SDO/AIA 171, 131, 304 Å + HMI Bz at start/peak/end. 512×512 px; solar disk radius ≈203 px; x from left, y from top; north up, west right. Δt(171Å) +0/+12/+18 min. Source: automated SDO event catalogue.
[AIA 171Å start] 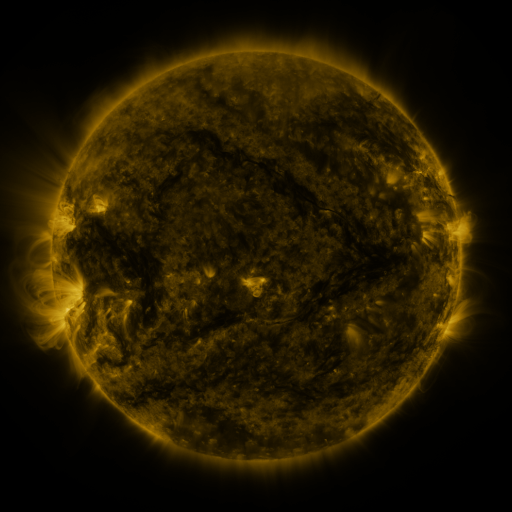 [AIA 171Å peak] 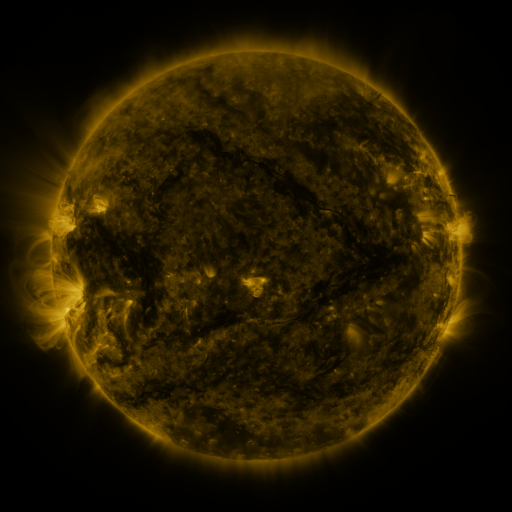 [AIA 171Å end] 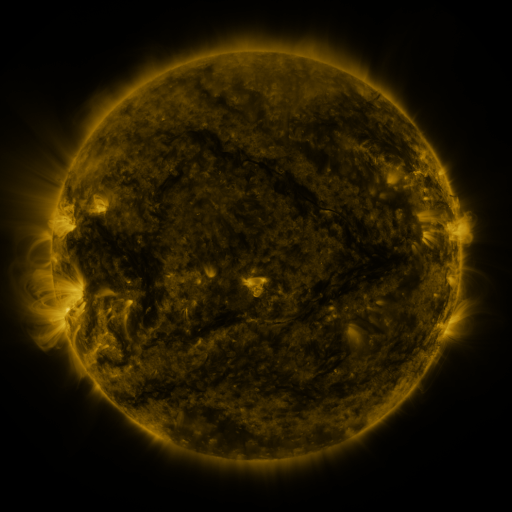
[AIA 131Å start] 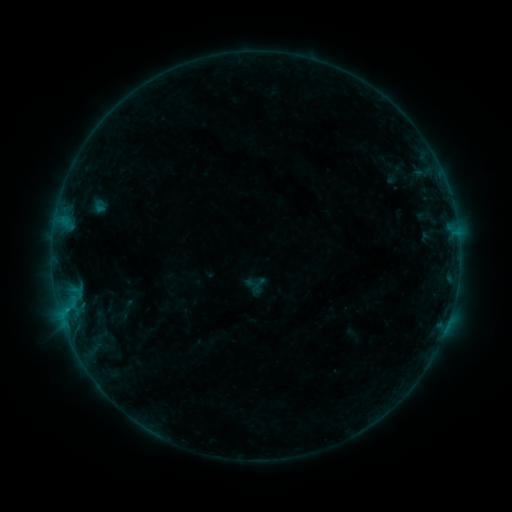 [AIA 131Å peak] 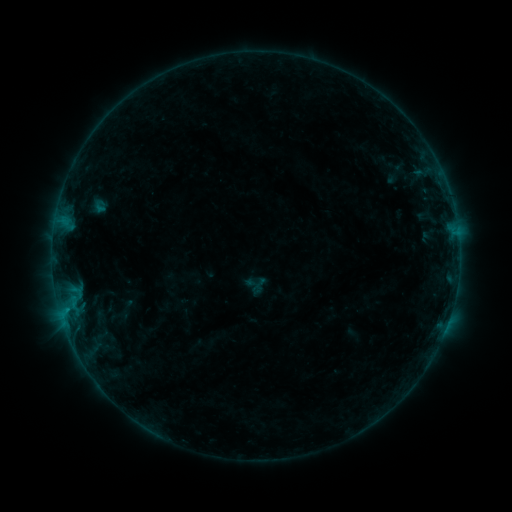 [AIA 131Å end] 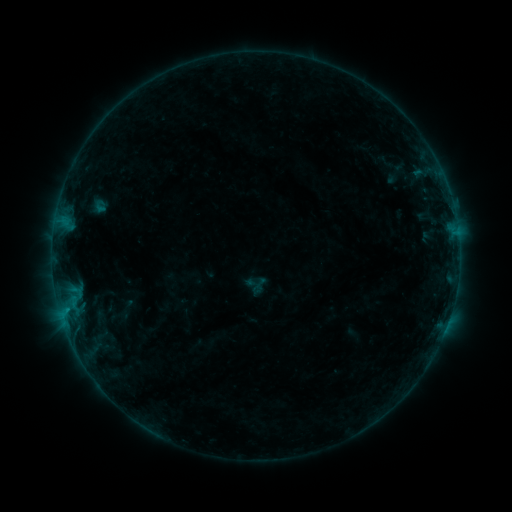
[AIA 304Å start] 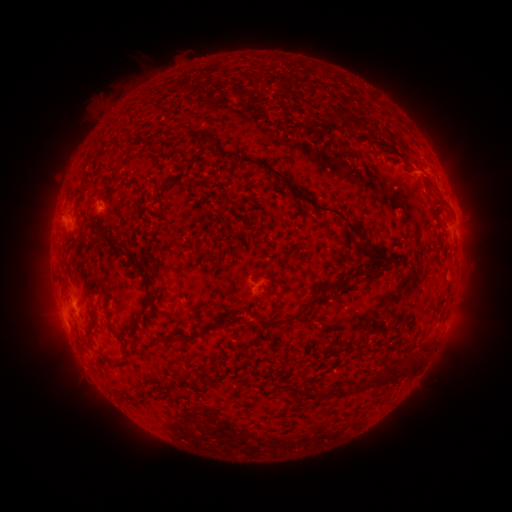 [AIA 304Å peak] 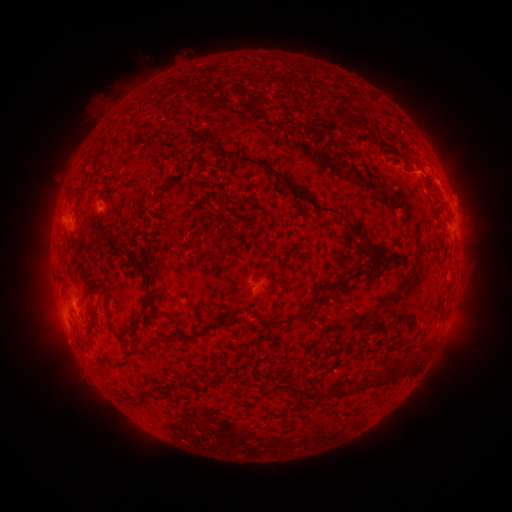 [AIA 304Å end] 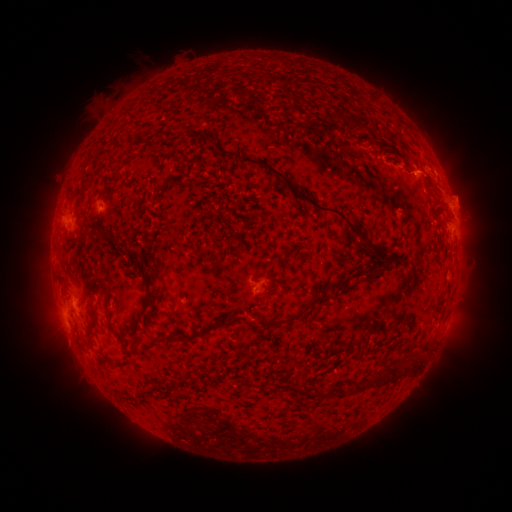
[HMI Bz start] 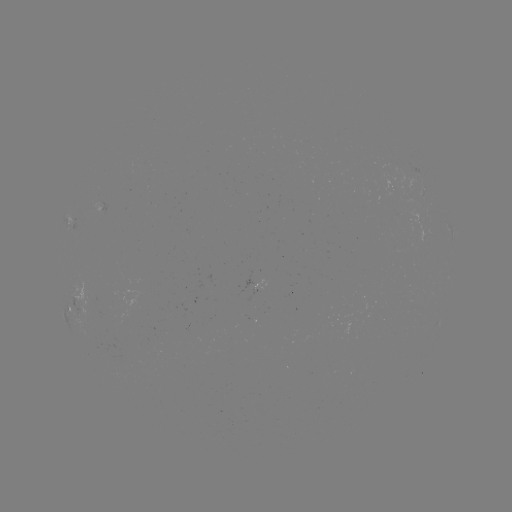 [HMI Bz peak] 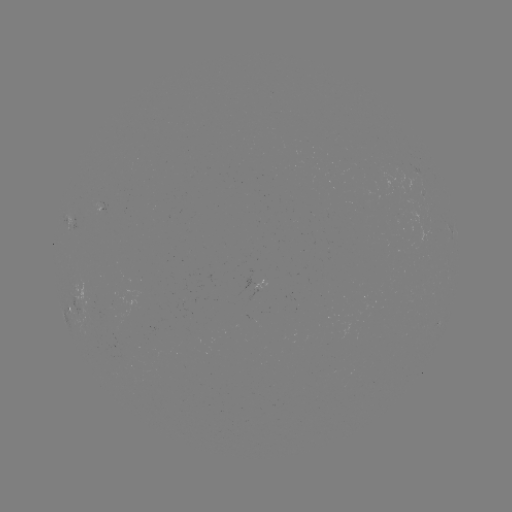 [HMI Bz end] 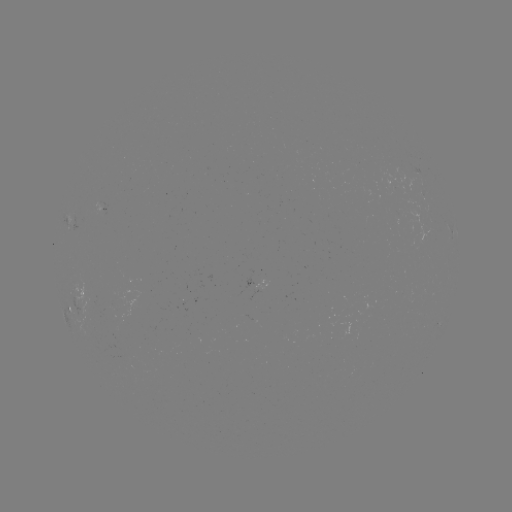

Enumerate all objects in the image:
eruption: (450, 190)
